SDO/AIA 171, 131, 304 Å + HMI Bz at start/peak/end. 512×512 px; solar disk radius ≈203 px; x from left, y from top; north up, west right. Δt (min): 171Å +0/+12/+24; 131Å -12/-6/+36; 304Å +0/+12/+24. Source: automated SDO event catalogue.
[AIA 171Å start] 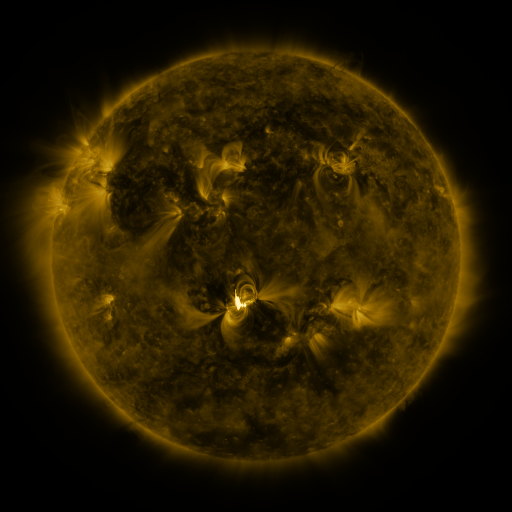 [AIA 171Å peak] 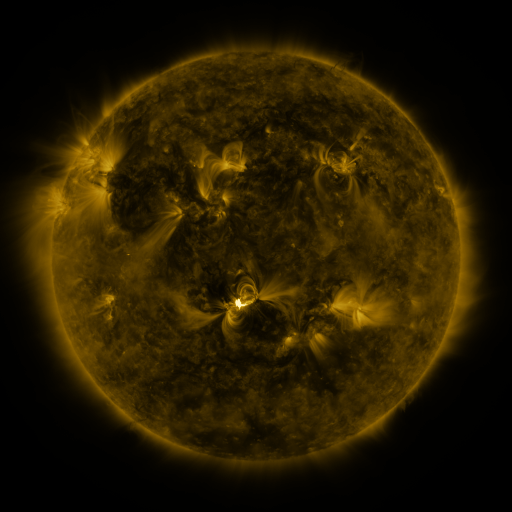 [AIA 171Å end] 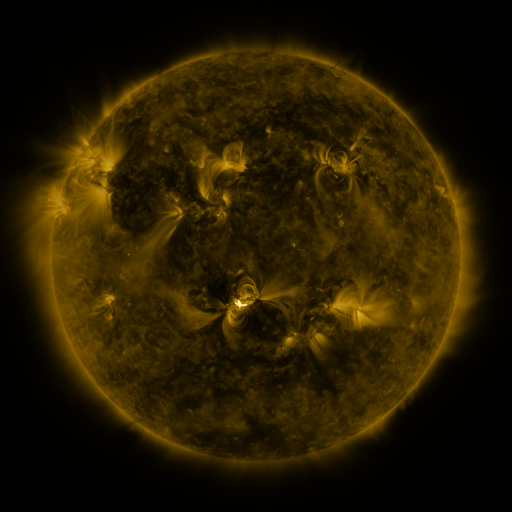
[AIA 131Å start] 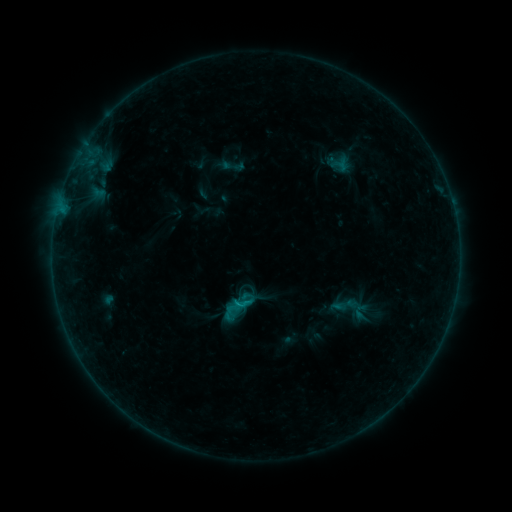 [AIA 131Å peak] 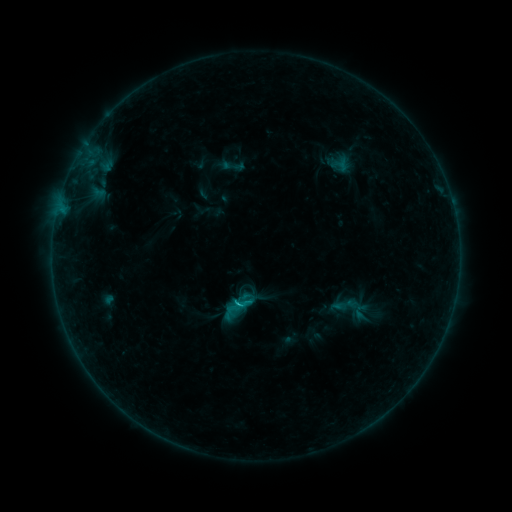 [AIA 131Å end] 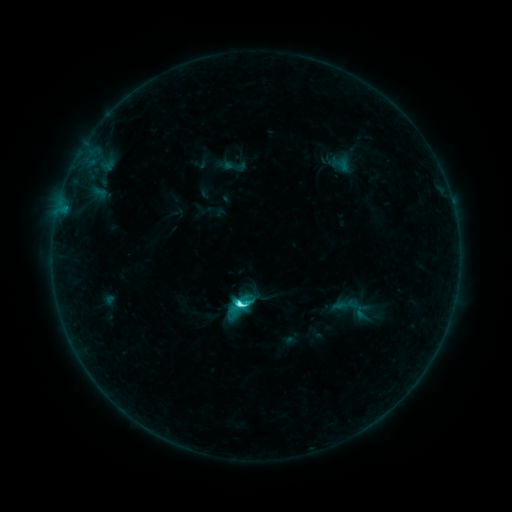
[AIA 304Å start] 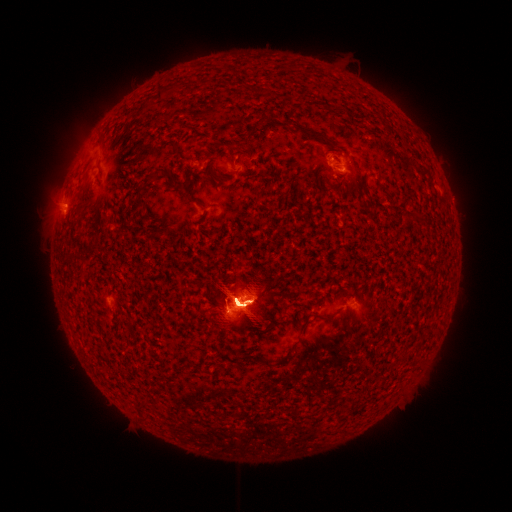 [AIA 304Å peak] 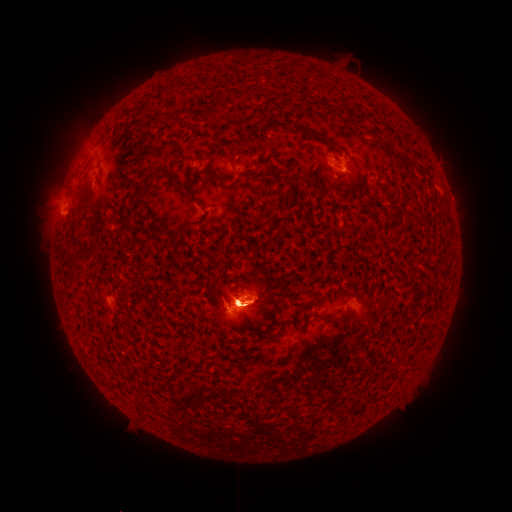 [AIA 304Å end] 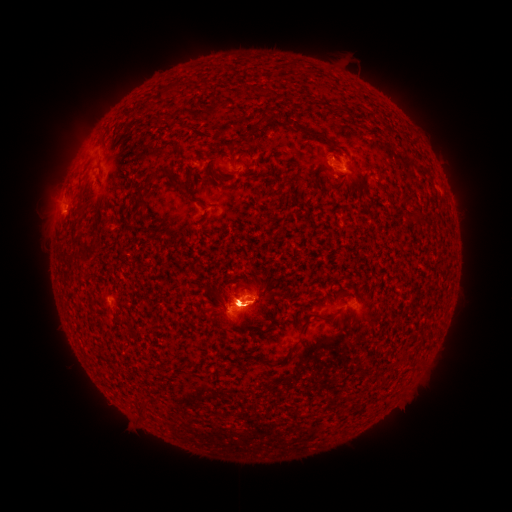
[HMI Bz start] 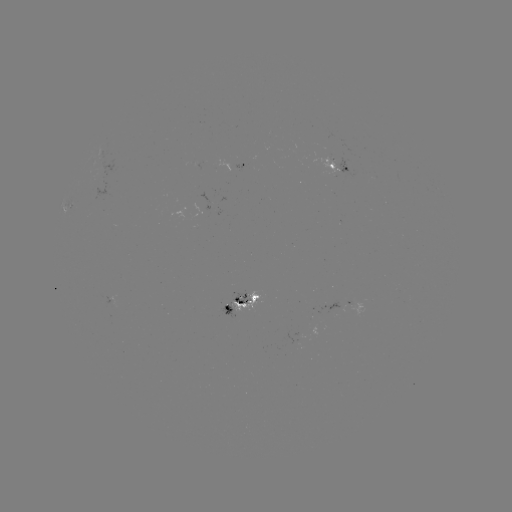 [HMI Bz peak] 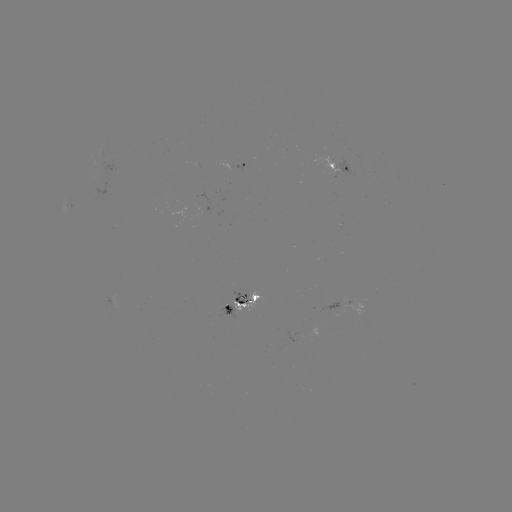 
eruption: <bbox>370, 242, 474, 430</bbox>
